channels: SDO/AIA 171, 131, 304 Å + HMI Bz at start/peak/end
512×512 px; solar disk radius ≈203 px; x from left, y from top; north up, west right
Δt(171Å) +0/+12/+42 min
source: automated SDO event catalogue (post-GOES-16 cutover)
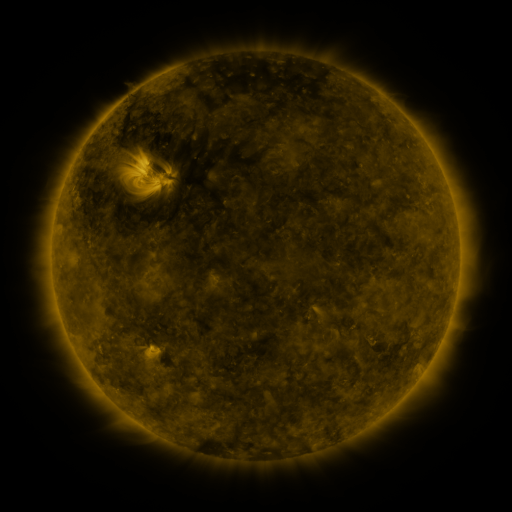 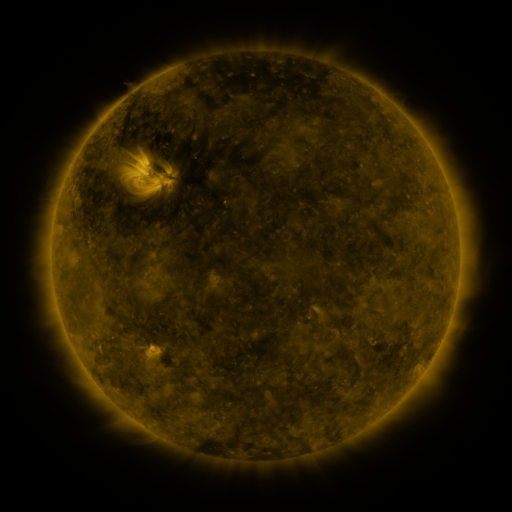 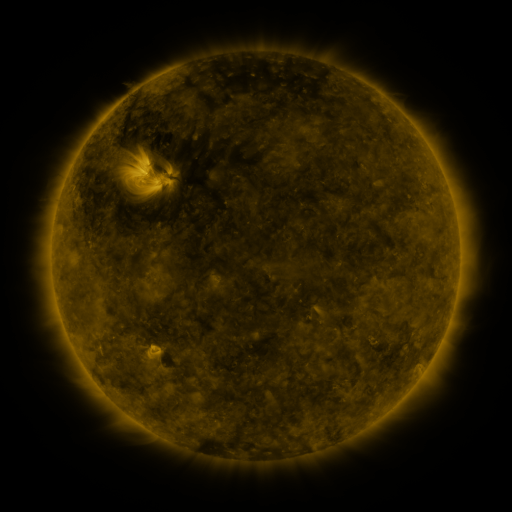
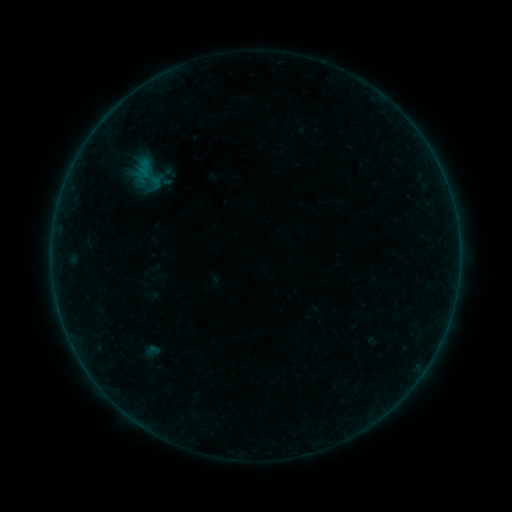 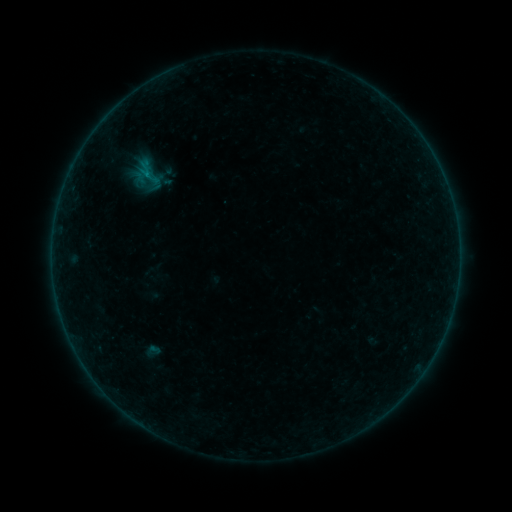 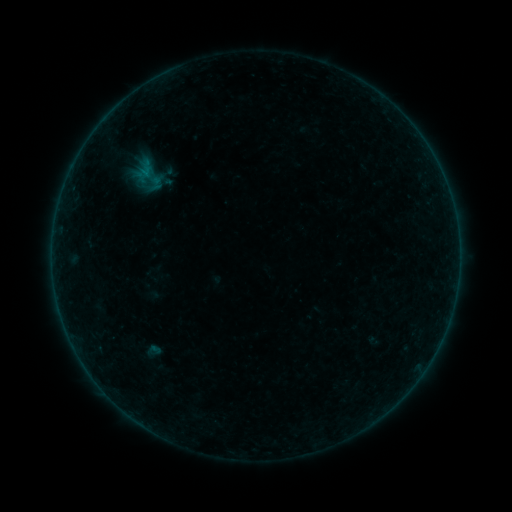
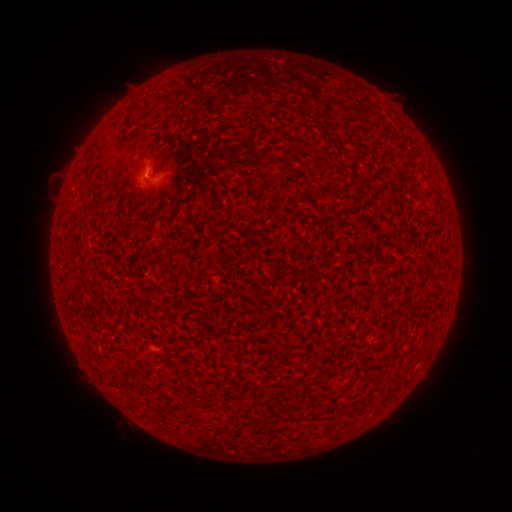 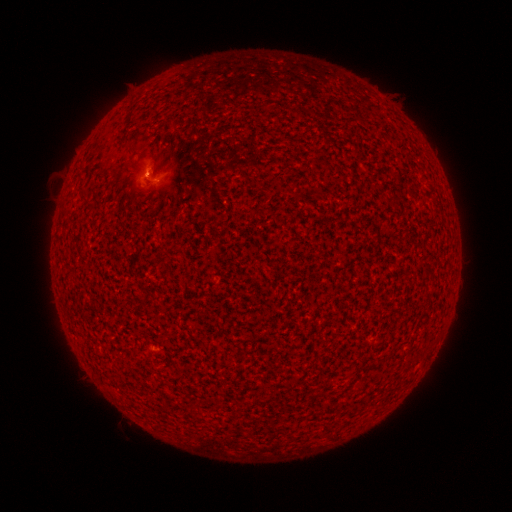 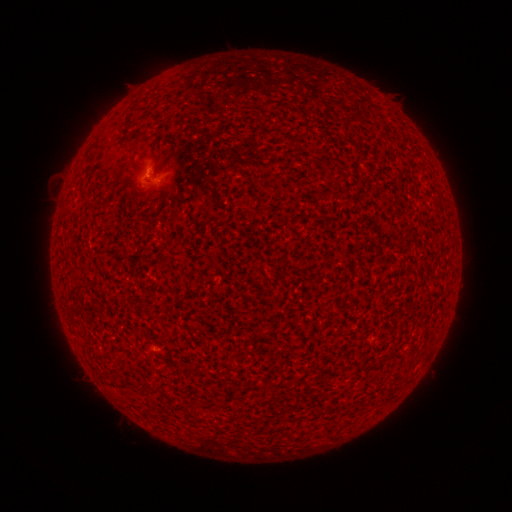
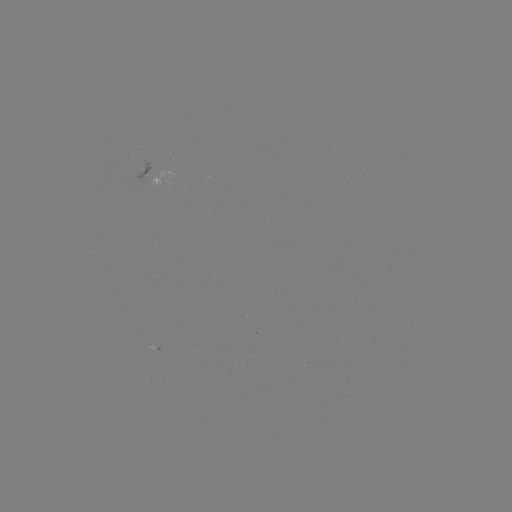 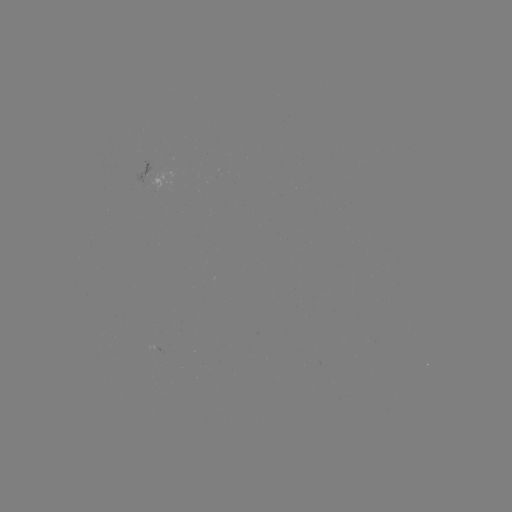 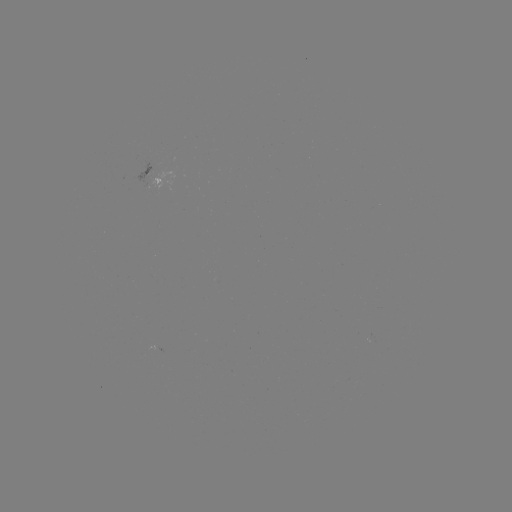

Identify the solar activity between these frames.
B1.9 flare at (147, 178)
